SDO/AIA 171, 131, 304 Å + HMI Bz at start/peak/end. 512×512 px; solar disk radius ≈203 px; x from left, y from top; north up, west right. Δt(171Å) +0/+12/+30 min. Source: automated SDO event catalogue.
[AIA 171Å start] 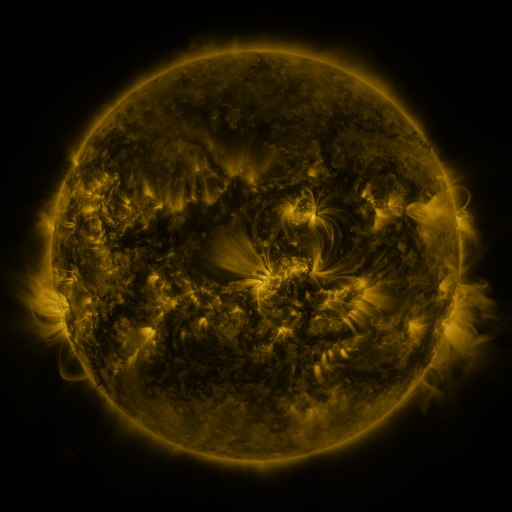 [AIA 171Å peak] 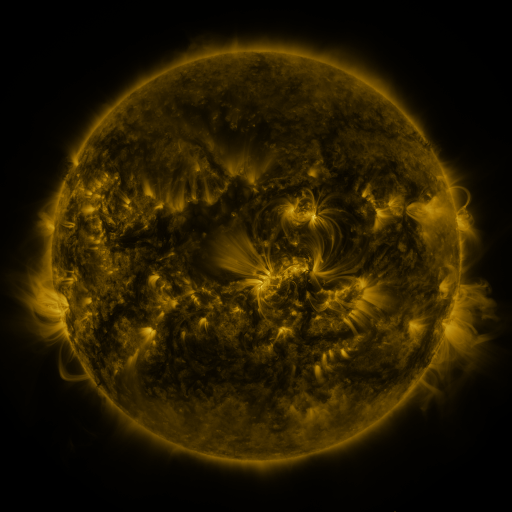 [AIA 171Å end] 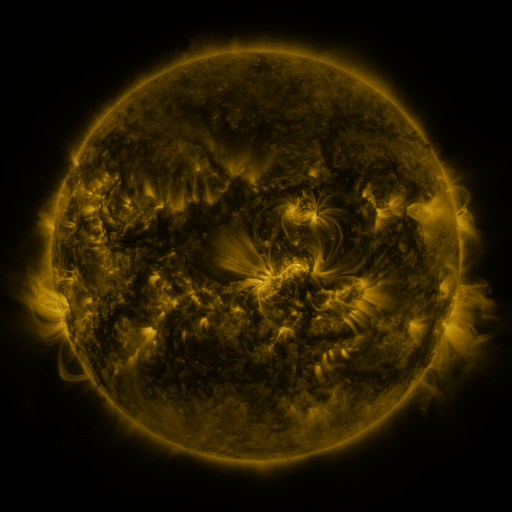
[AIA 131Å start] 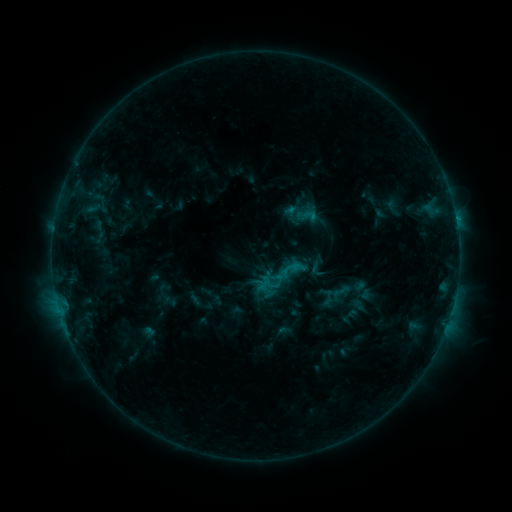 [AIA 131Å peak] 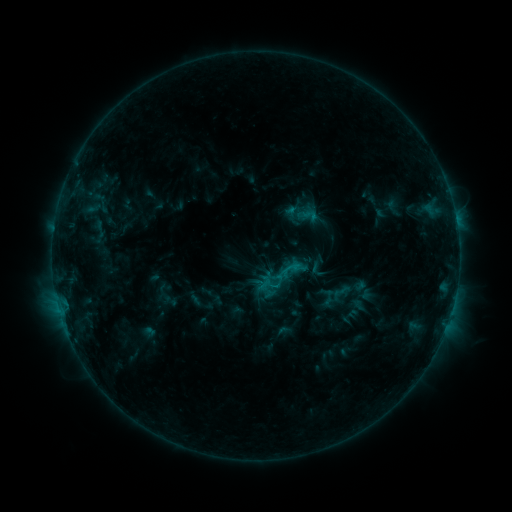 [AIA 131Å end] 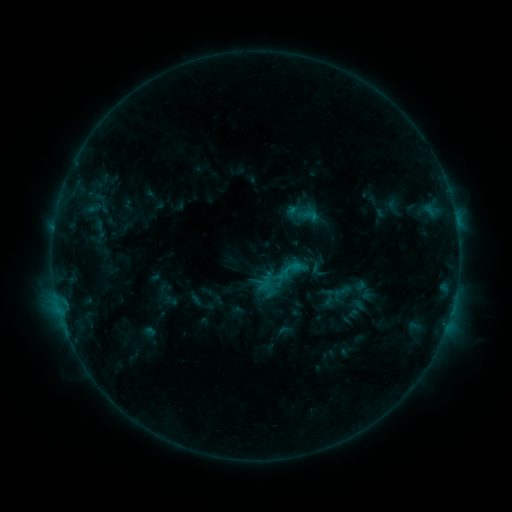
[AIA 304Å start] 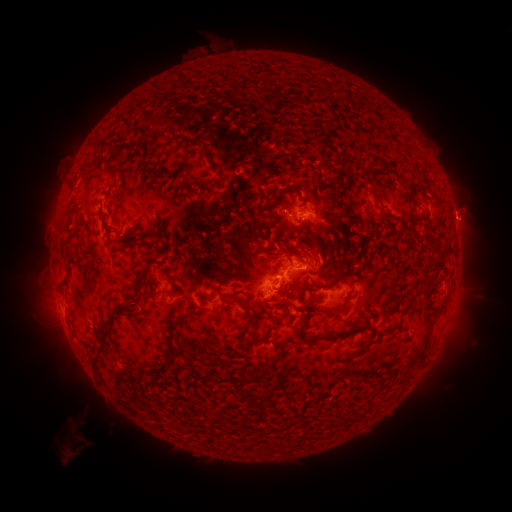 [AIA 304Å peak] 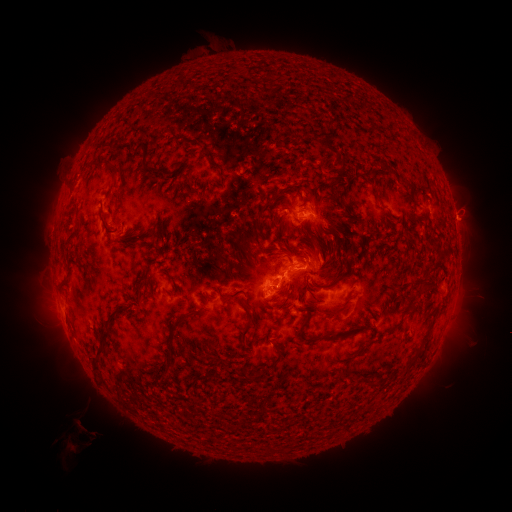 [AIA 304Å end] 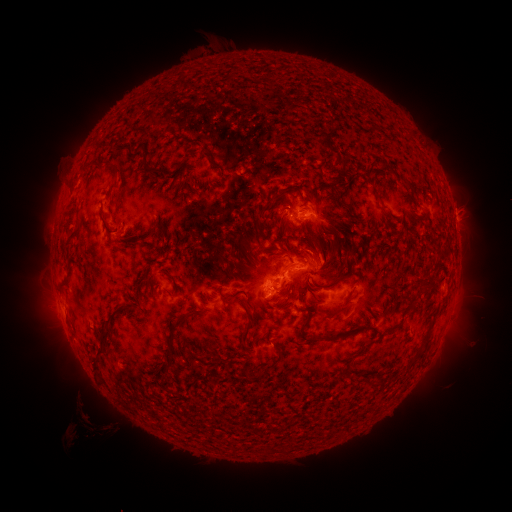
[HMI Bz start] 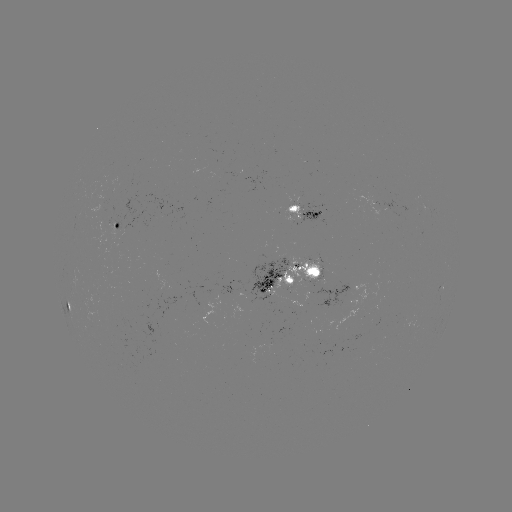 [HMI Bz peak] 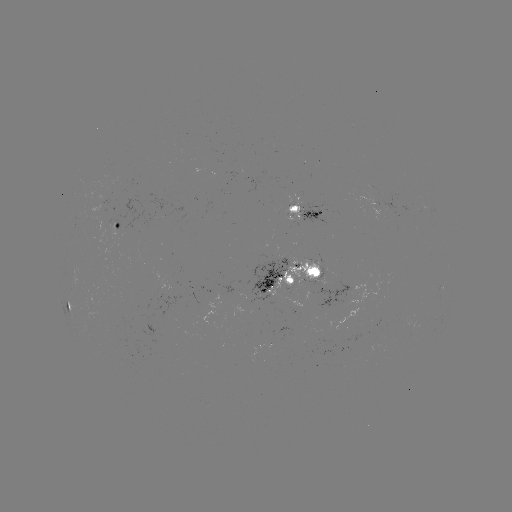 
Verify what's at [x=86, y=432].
eruption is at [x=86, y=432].